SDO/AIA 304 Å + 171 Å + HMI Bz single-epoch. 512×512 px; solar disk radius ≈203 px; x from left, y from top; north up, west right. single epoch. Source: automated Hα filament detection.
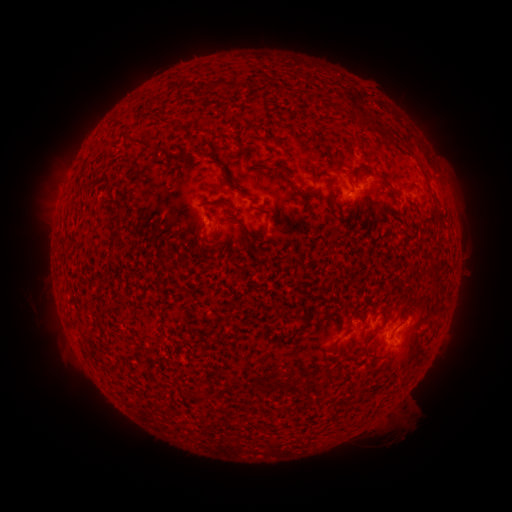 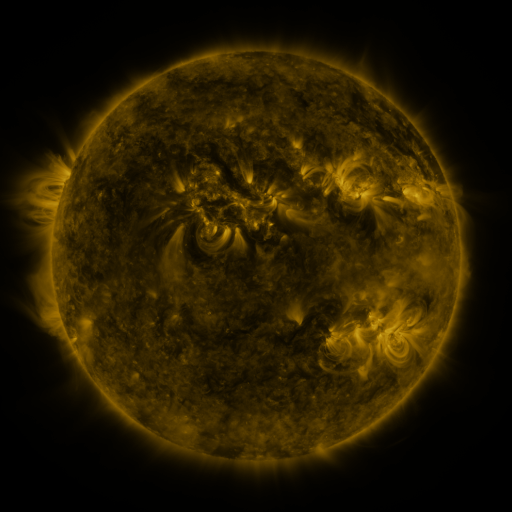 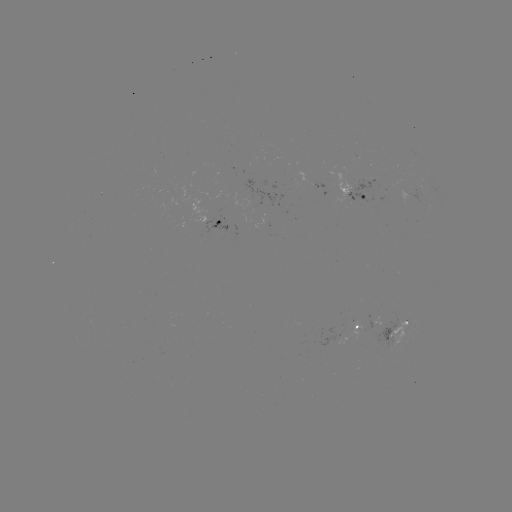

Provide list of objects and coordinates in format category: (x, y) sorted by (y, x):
filament: (278, 89)
filament: (340, 109)
filament: (391, 140)
filament: (141, 143)
filament: (240, 148)
filament: (185, 158)
filament: (215, 158)
filament: (385, 182)
filament: (232, 186)
filament: (294, 189)
filament: (331, 194)
filament: (218, 202)
filament: (332, 212)
filament: (118, 215)
filament: (245, 228)
filament: (264, 232)
filament: (116, 236)
filament: (387, 311)
filament: (307, 322)
filament: (270, 381)
